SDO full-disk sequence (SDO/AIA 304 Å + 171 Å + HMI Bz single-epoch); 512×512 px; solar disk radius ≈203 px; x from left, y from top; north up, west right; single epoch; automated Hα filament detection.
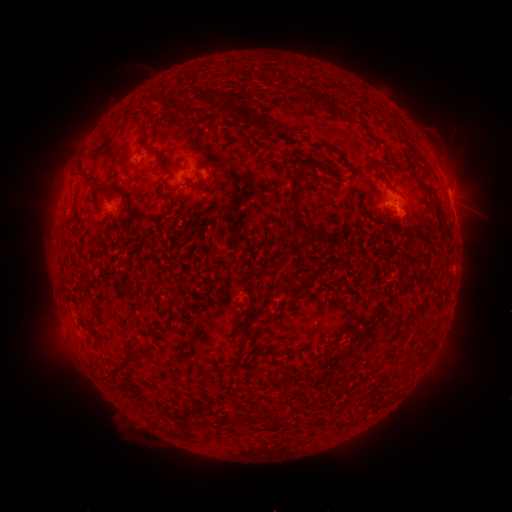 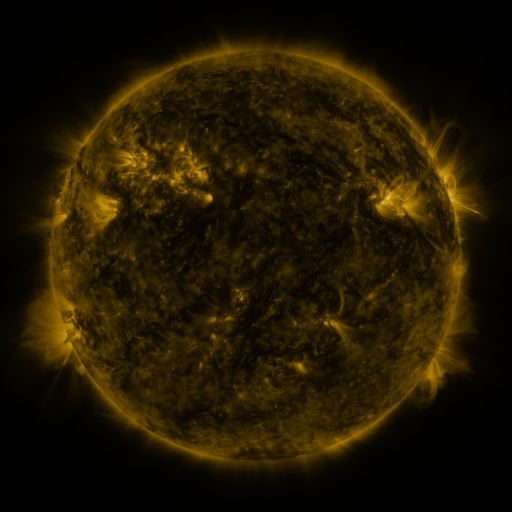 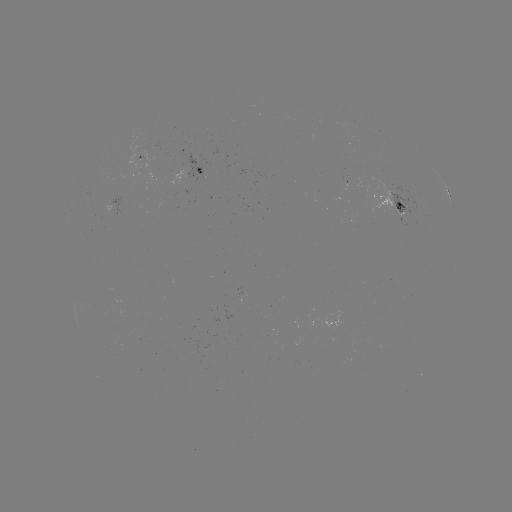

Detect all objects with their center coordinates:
filament: [168, 94, 183, 111]
filament: [230, 105, 259, 131]
filament: [250, 113, 272, 131]
filament: [232, 114, 243, 124]
filament: [287, 128, 296, 140]
filament: [370, 135, 382, 144]
filament: [326, 145, 341, 155]
filament: [287, 166, 308, 210]
filament: [78, 170, 93, 182]
filament: [349, 170, 356, 185]
filament: [116, 183, 127, 198]
filament: [165, 184, 176, 192]
filament: [305, 225, 319, 243]
filament: [106, 361, 126, 375]
filament: [222, 415, 231, 423]
